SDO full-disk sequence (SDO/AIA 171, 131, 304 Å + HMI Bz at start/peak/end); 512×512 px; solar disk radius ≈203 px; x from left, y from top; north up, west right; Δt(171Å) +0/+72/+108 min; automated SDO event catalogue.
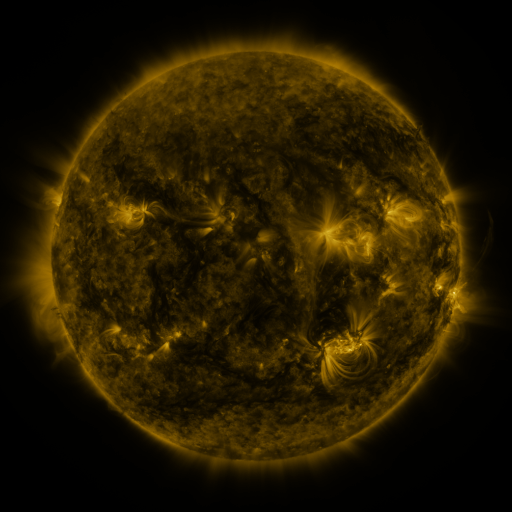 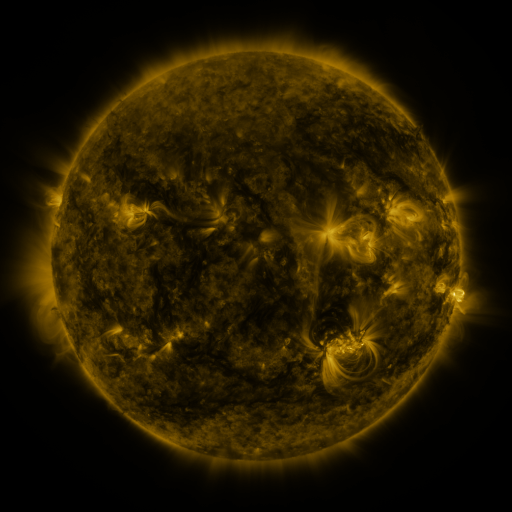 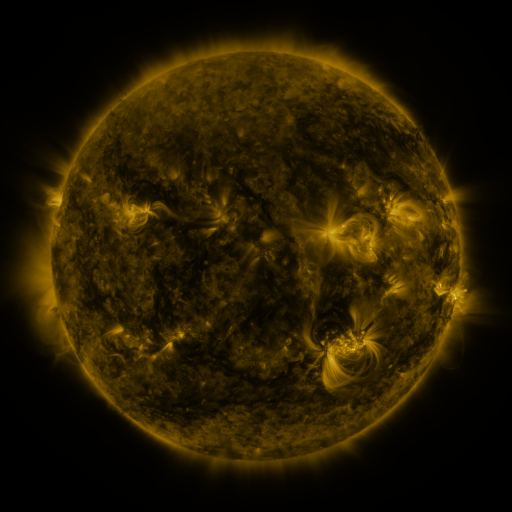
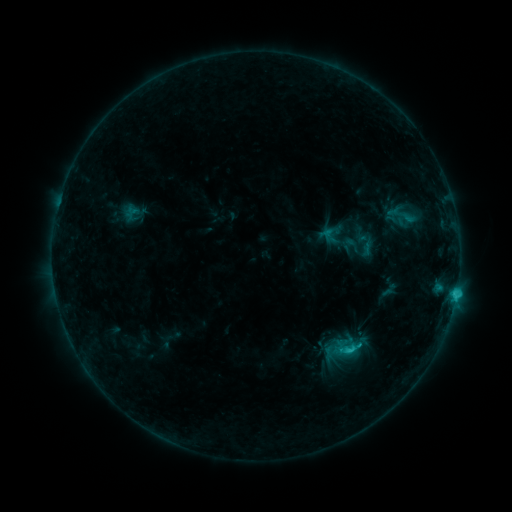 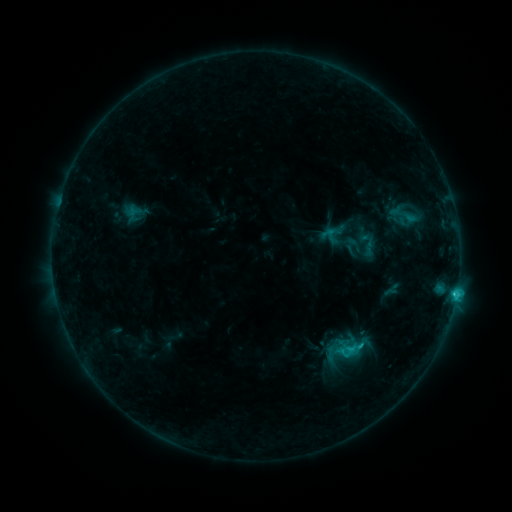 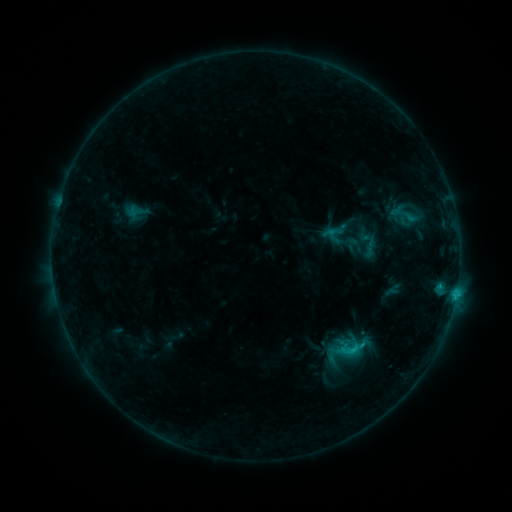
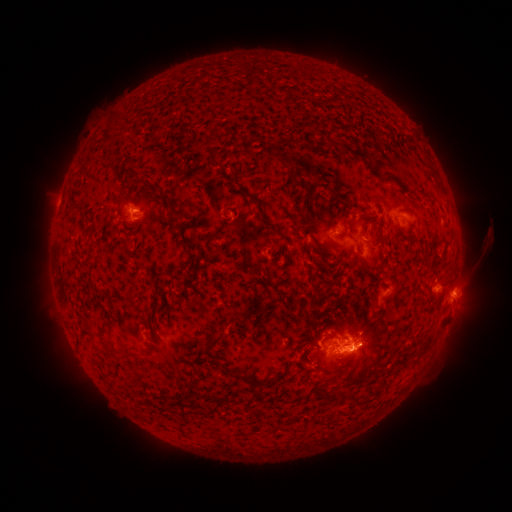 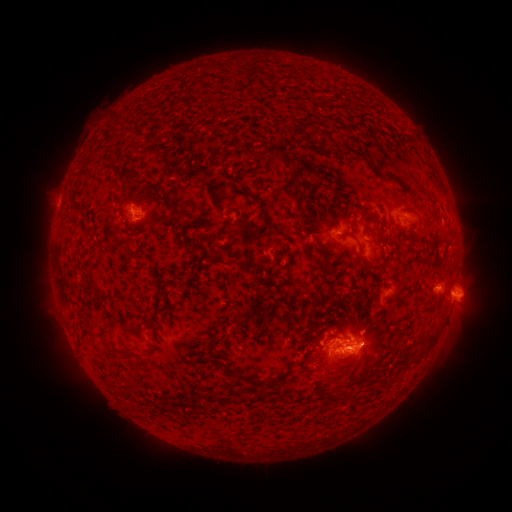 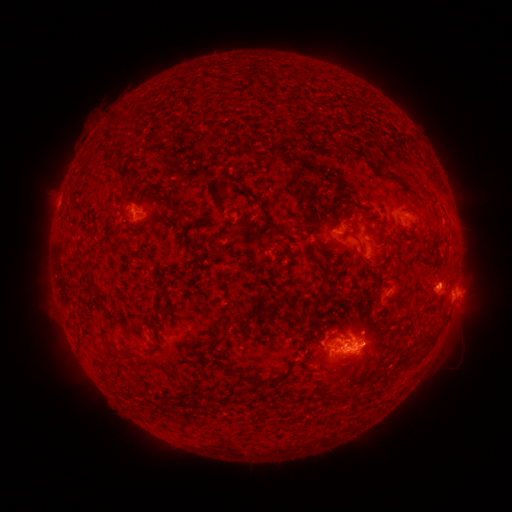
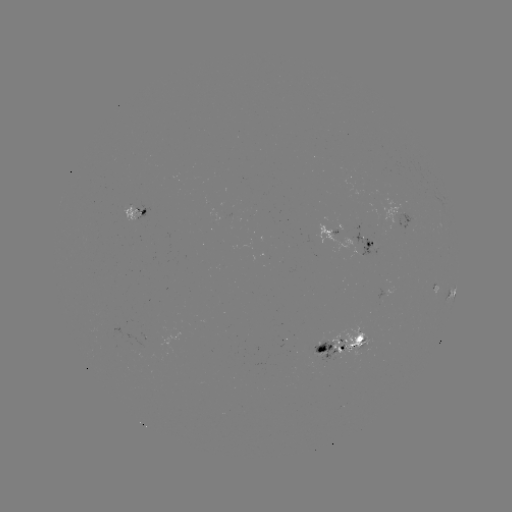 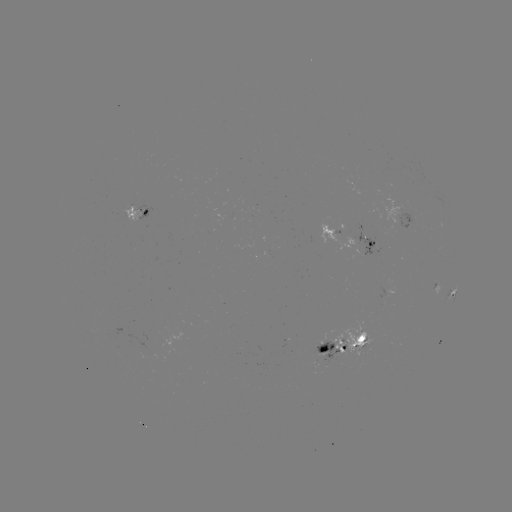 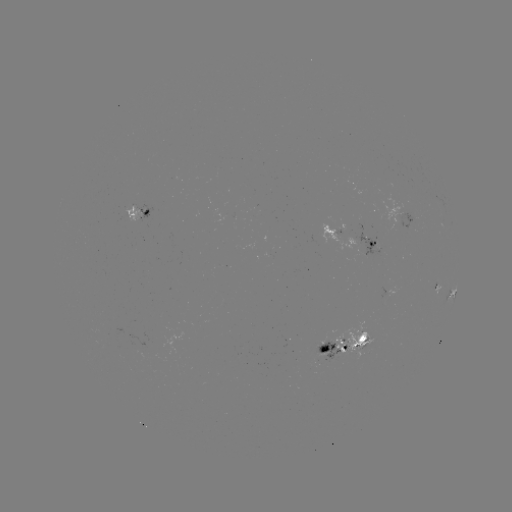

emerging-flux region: [395, 213, 416, 229]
